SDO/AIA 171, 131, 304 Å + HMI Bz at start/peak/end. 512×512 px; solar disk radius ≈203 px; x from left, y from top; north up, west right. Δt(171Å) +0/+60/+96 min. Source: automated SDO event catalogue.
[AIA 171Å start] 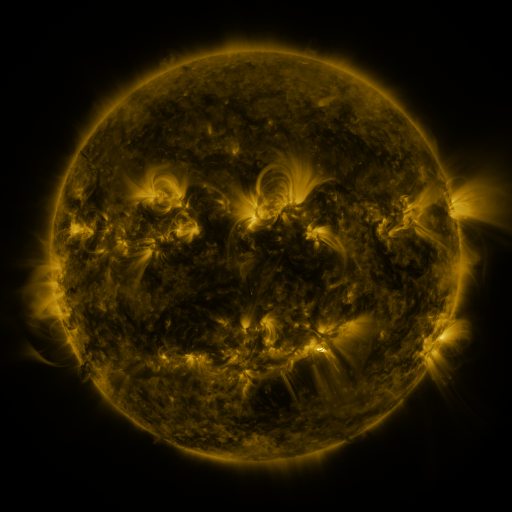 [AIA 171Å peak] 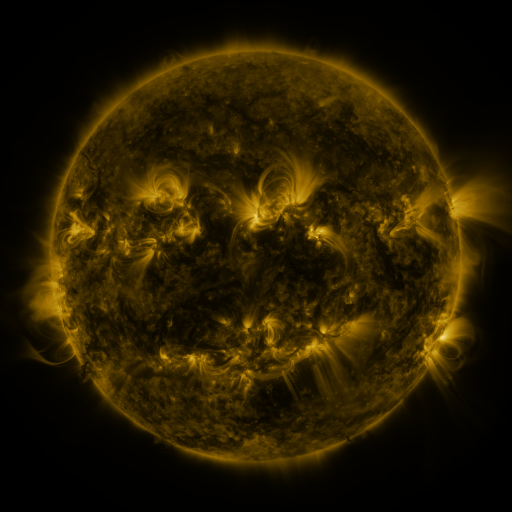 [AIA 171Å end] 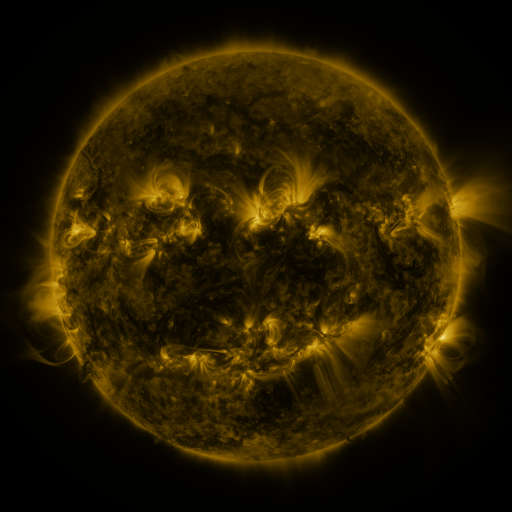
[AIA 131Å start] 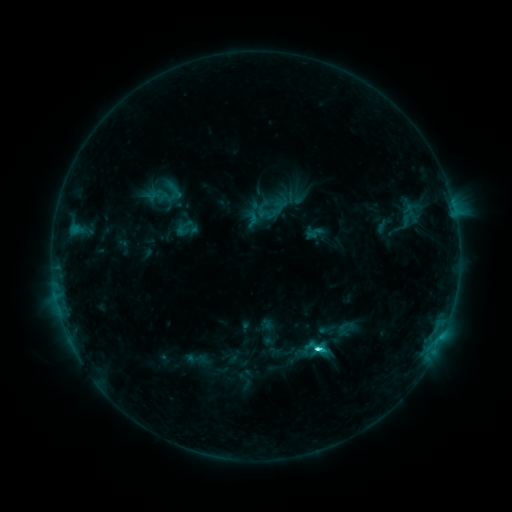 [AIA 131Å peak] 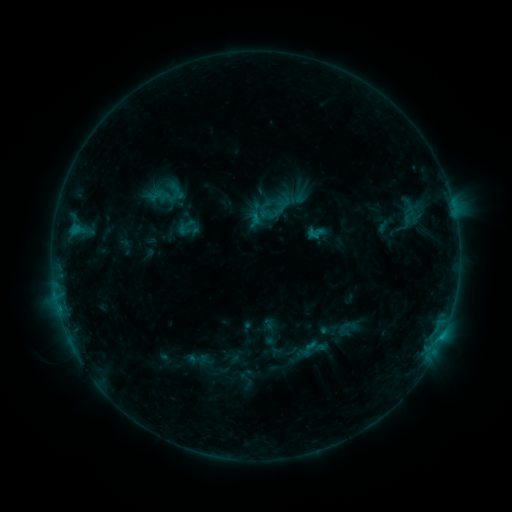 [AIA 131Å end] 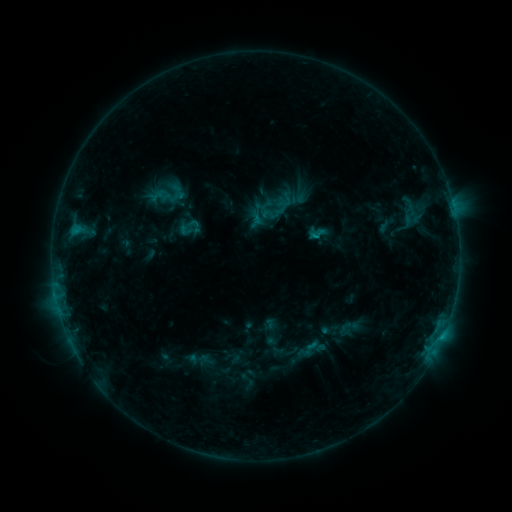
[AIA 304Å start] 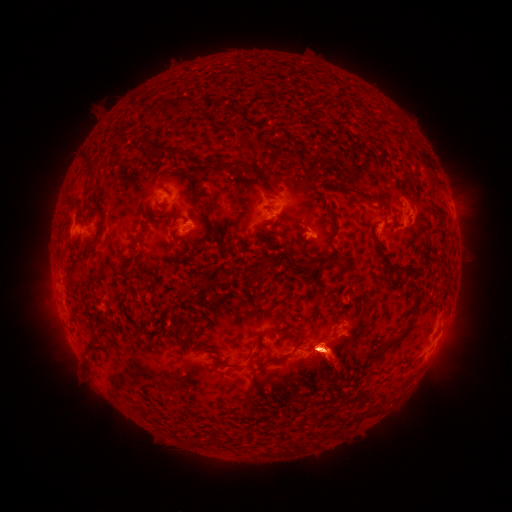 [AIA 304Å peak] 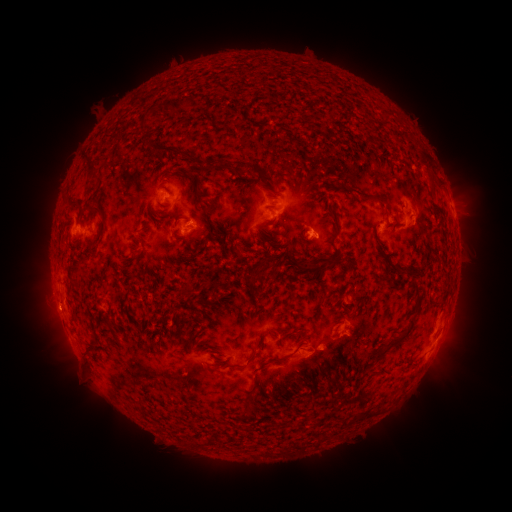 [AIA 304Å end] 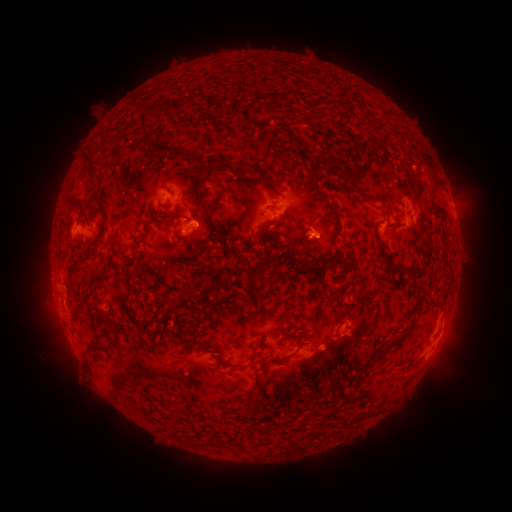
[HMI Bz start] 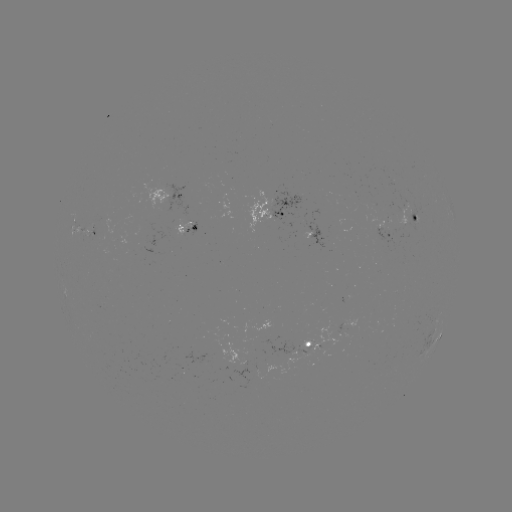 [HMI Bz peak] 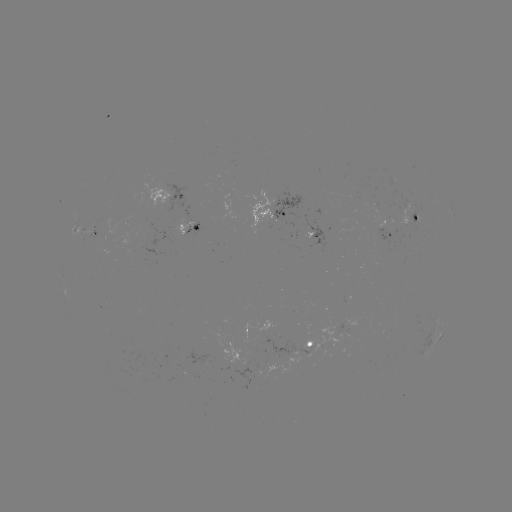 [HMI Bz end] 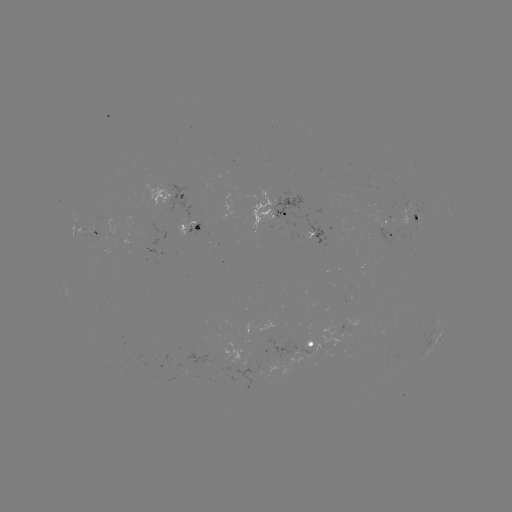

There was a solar emerging-flux region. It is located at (402, 223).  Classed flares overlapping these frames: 1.